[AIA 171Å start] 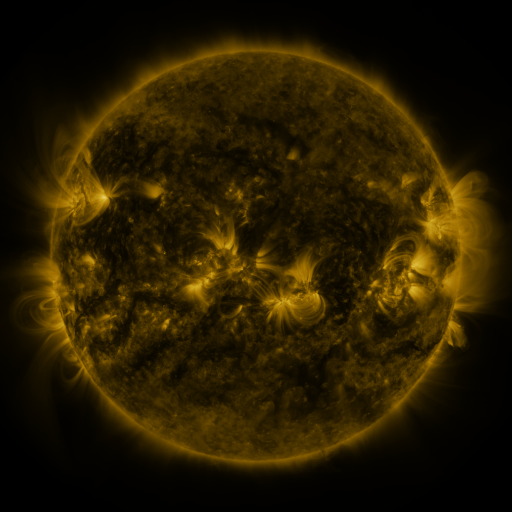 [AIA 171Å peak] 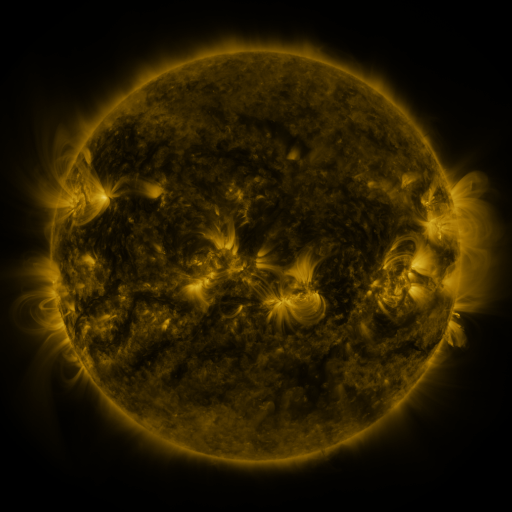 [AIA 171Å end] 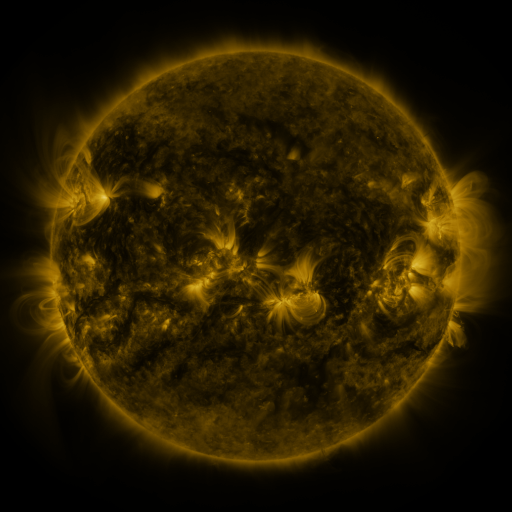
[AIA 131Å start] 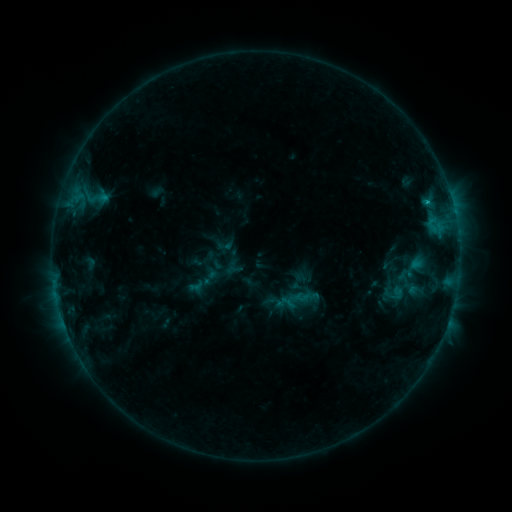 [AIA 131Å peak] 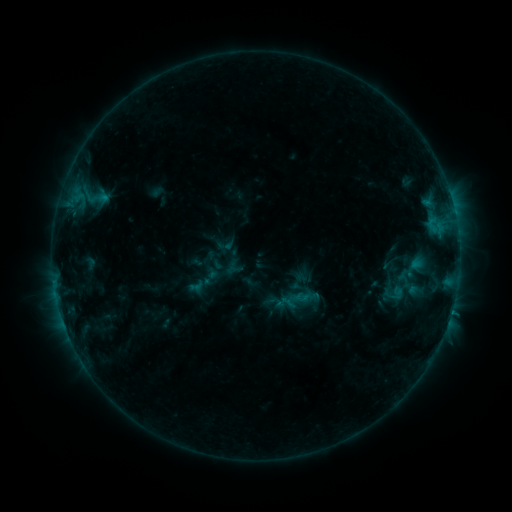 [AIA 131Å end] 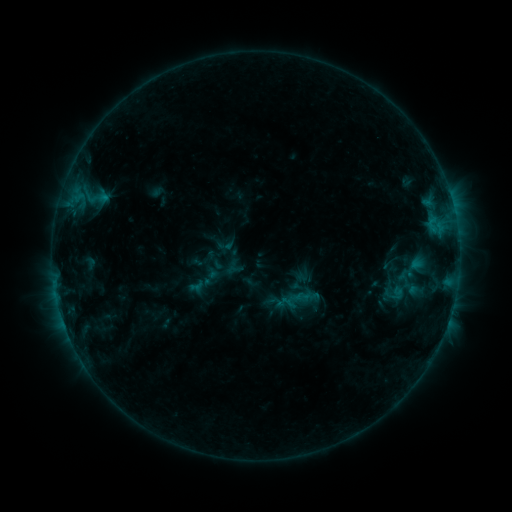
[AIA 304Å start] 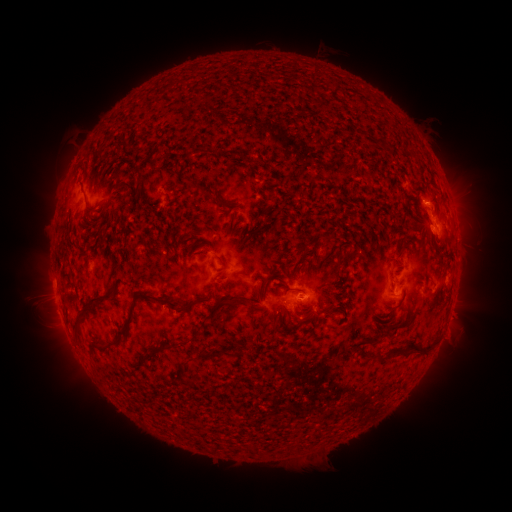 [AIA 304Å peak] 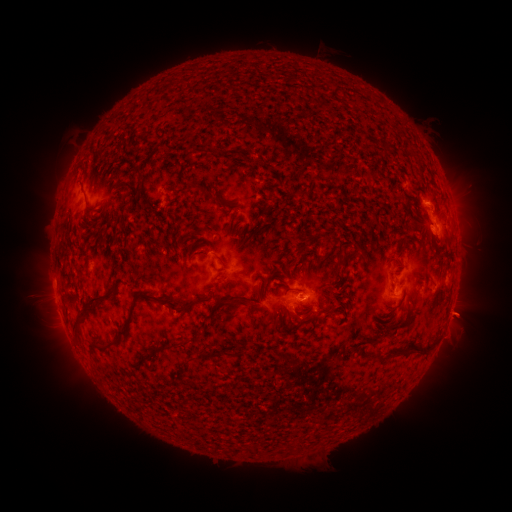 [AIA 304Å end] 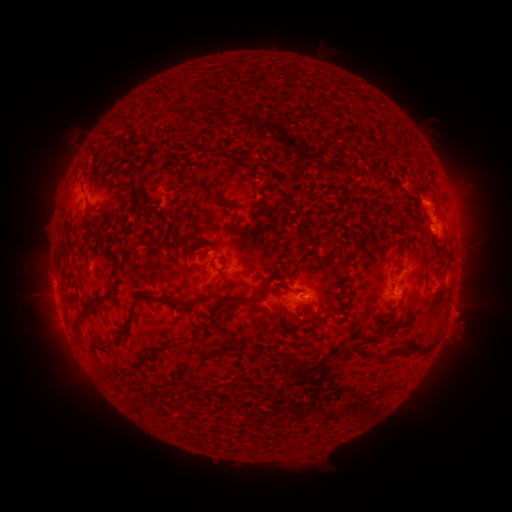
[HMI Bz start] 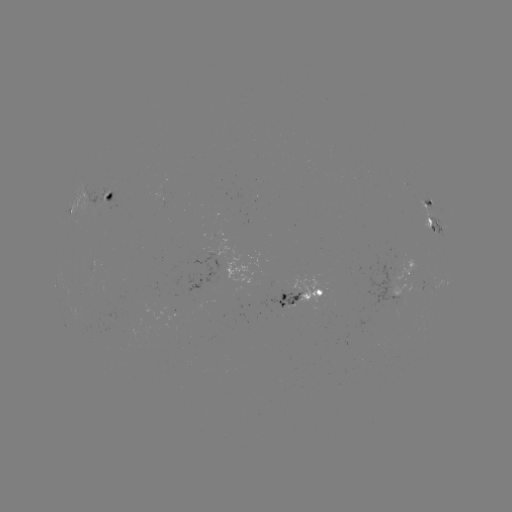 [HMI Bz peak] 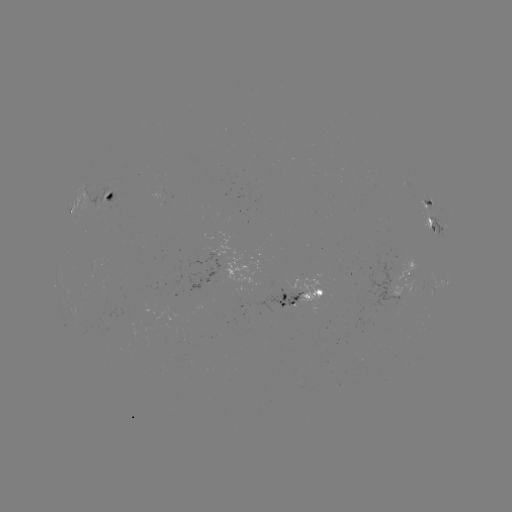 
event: eruption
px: (463, 315)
